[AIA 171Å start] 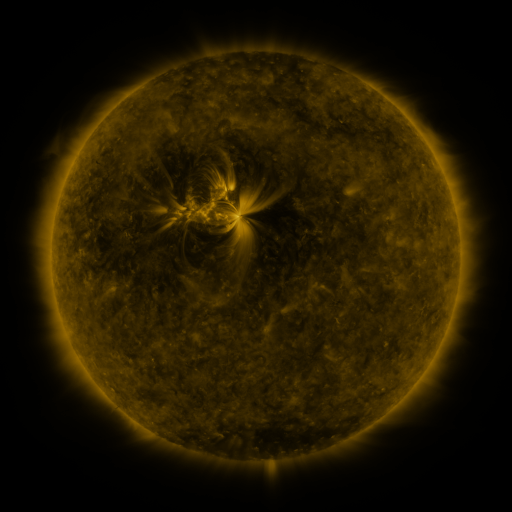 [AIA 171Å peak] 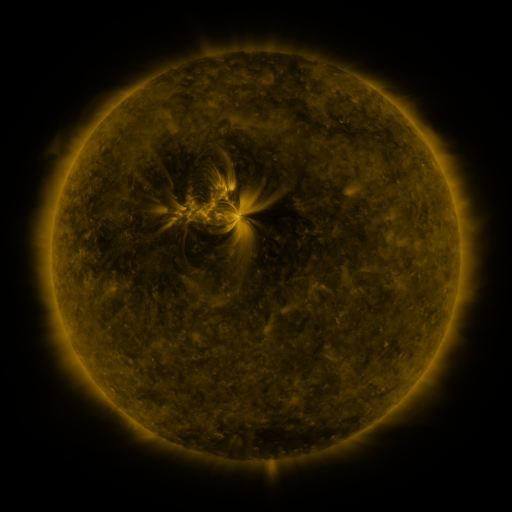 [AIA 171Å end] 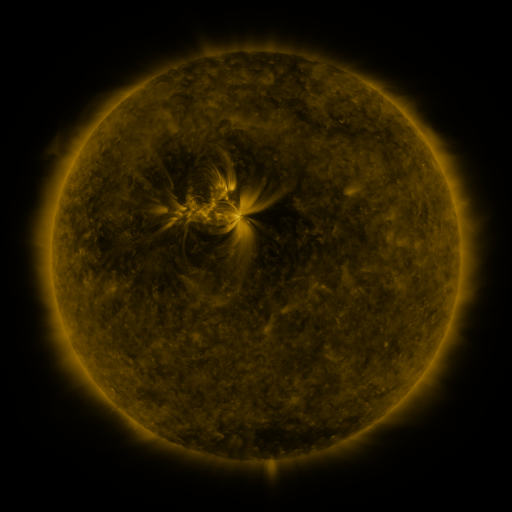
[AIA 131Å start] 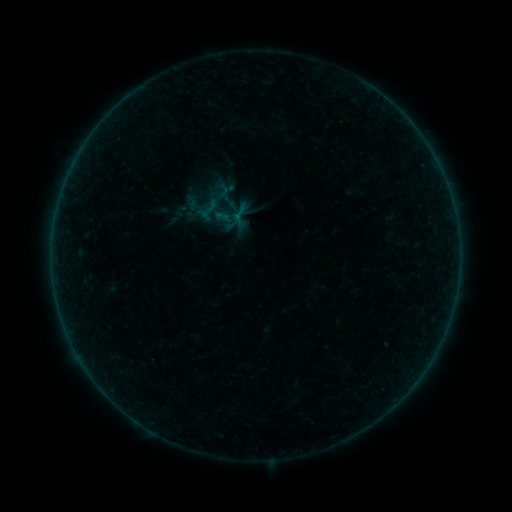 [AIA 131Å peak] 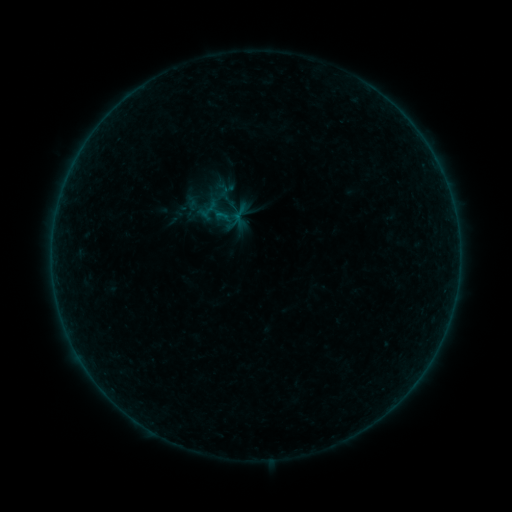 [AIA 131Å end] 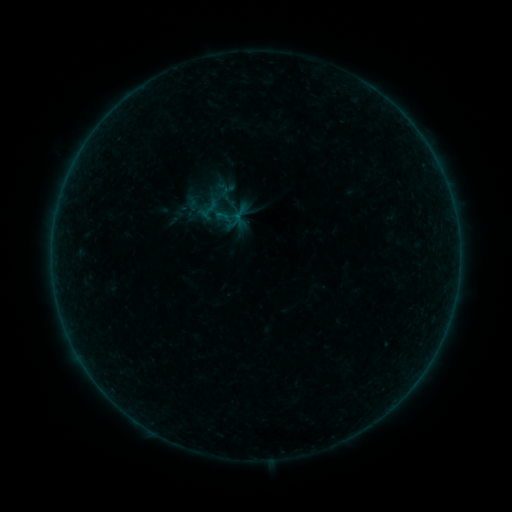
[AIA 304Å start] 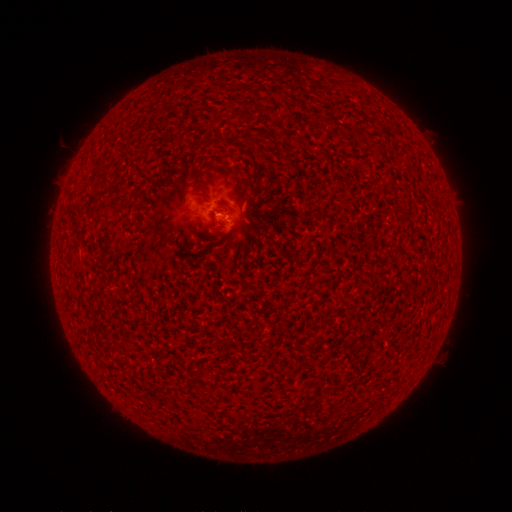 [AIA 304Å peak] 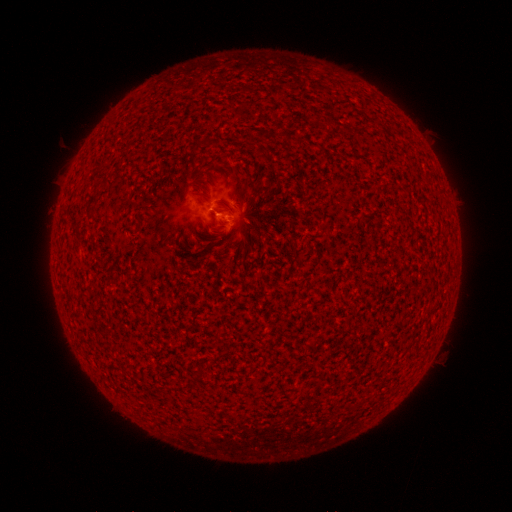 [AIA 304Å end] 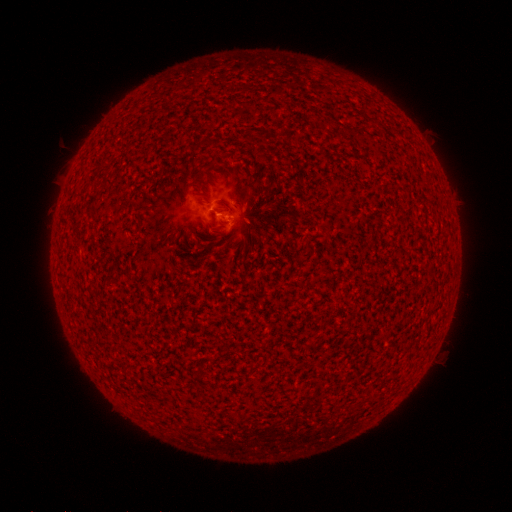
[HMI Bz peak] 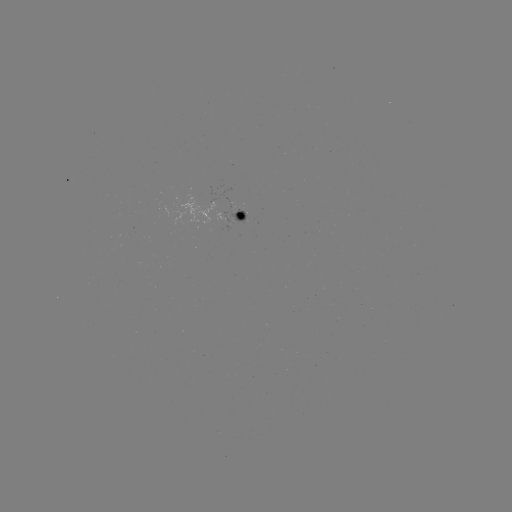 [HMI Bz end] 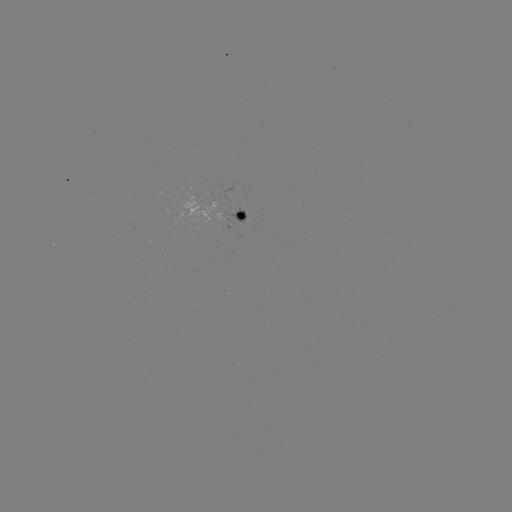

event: flare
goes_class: B1.3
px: (220, 214)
